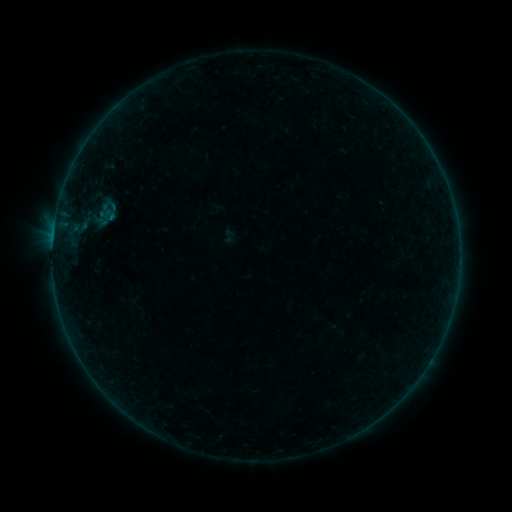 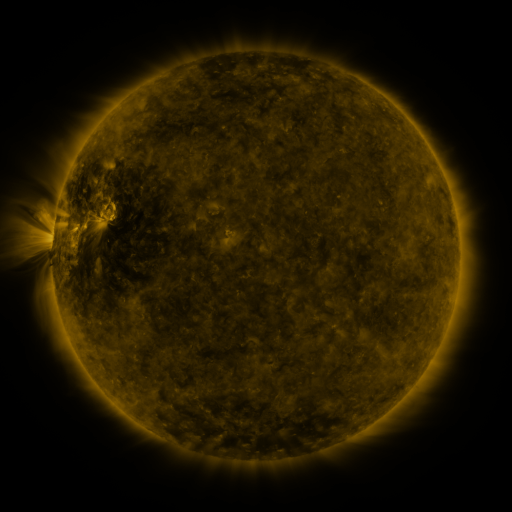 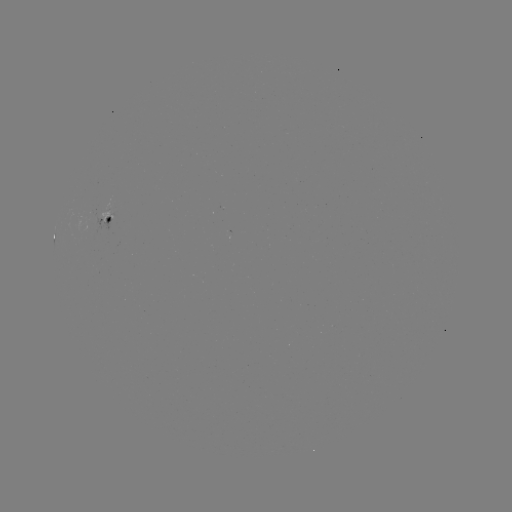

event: sigmoid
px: (229, 236)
